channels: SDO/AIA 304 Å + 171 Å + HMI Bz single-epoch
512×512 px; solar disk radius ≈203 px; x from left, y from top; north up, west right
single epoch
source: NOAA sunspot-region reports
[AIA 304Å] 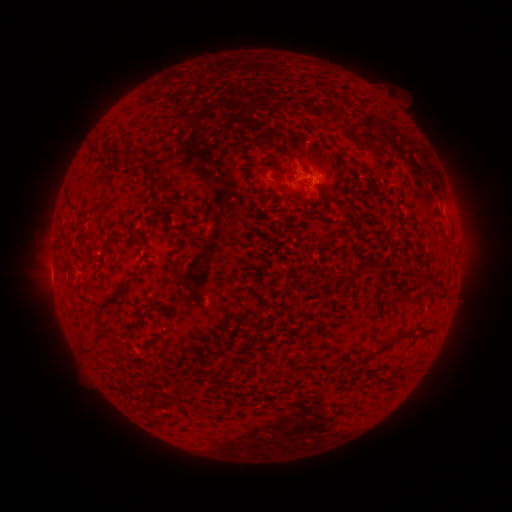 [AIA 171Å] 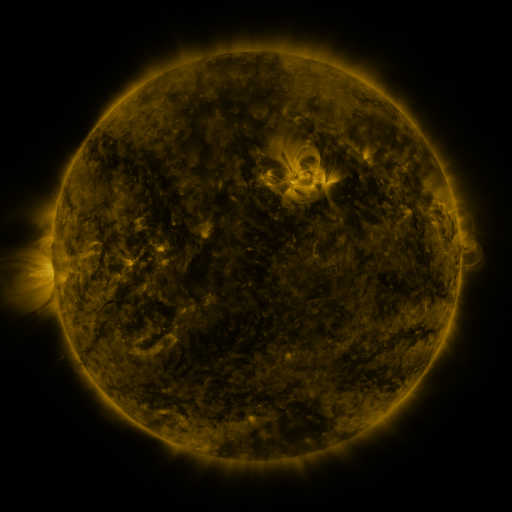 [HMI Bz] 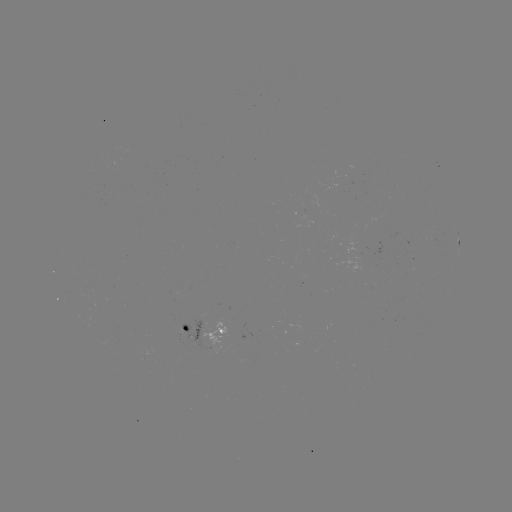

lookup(spotted active region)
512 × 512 310,180